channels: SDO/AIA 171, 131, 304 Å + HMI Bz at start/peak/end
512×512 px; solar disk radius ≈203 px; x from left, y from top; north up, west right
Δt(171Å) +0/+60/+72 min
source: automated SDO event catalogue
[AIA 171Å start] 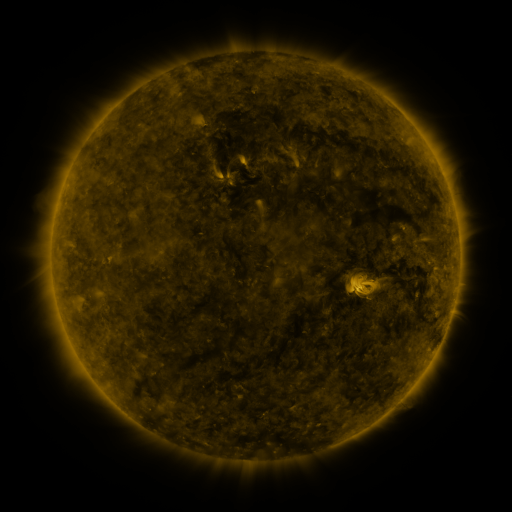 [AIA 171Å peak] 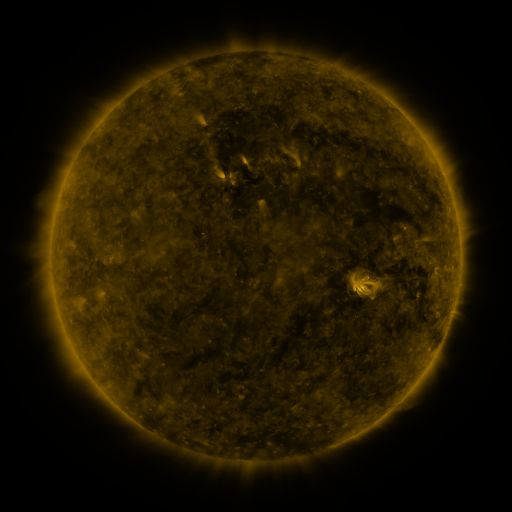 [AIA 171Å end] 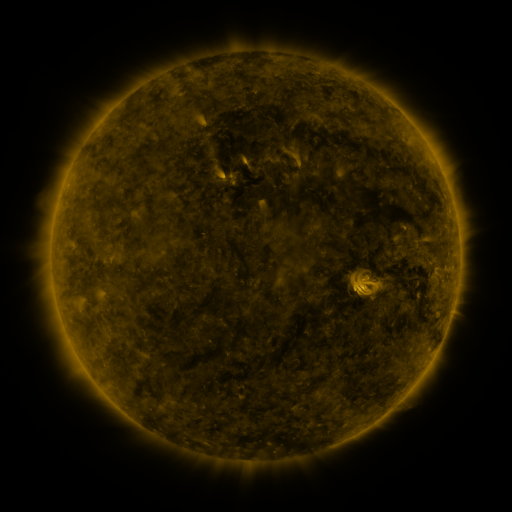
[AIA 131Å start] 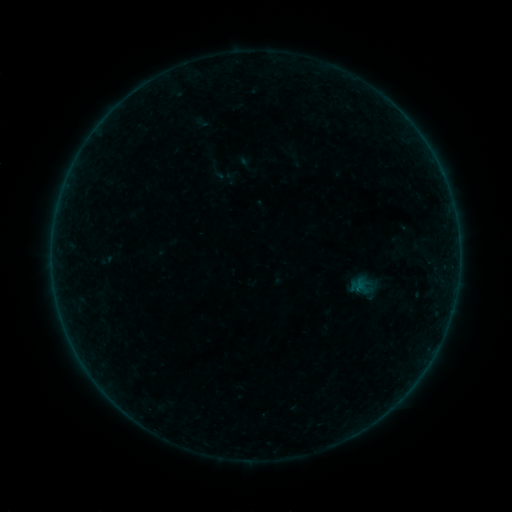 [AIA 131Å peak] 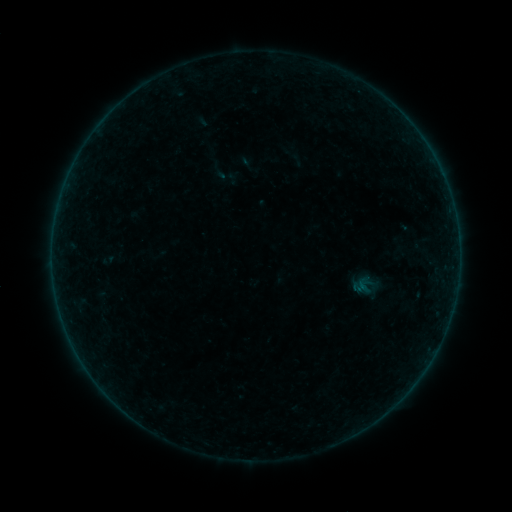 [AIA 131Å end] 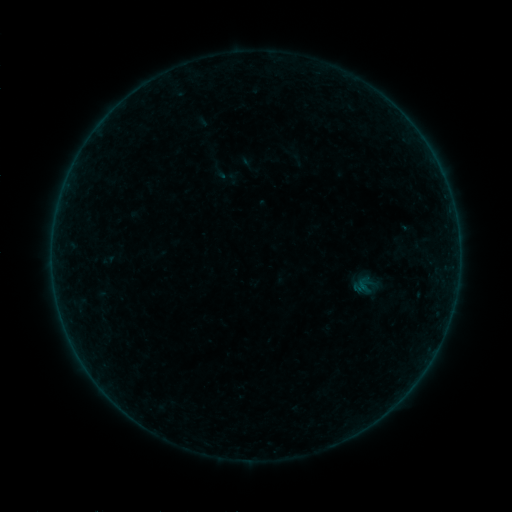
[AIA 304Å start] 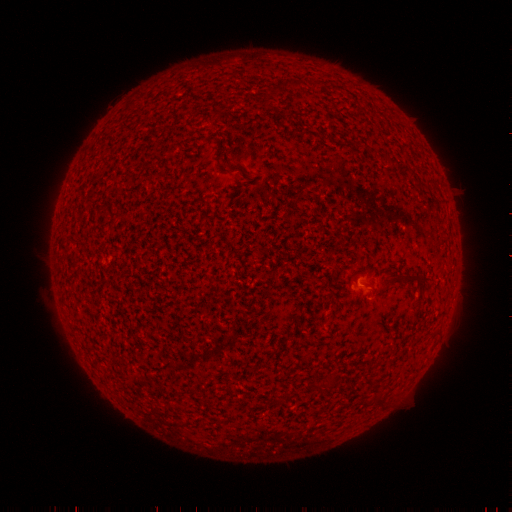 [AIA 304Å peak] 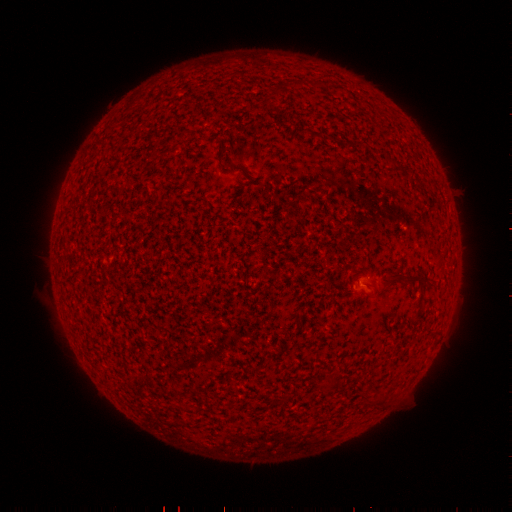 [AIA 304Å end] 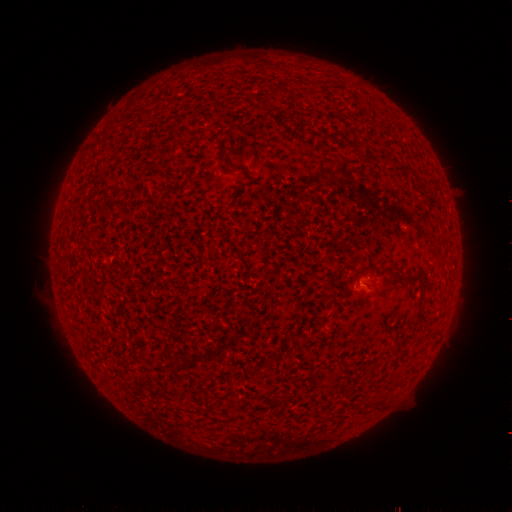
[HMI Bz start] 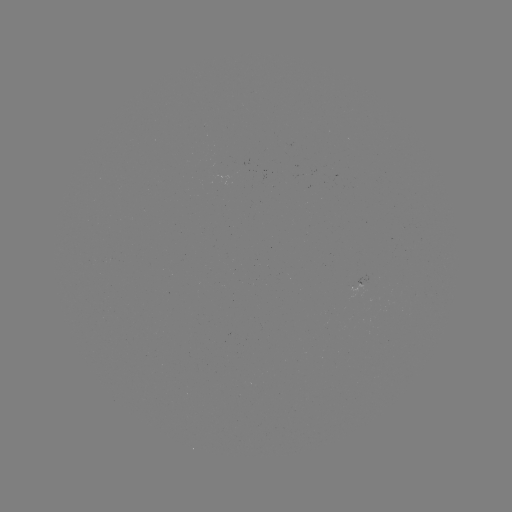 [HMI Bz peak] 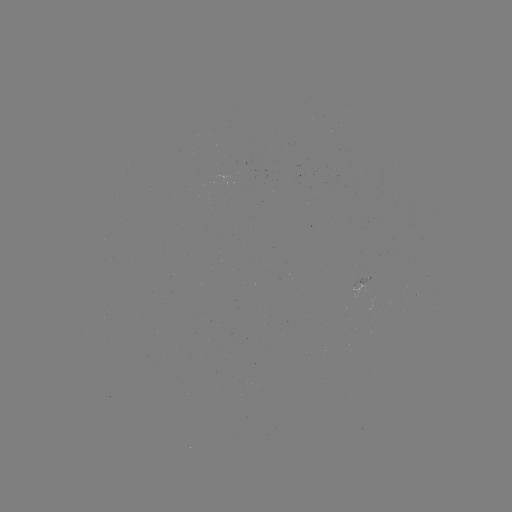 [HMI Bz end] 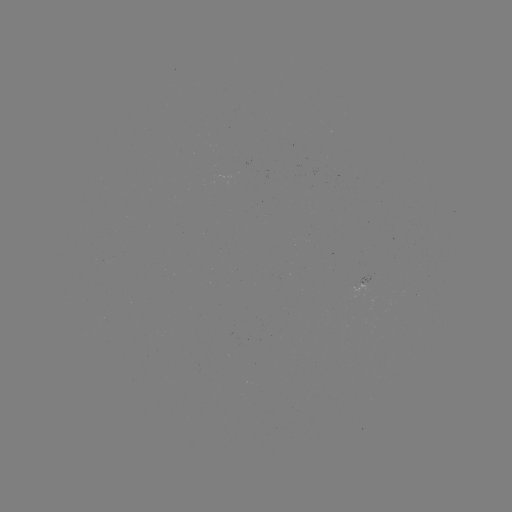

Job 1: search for emerging-flux region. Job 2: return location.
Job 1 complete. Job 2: (365, 286).